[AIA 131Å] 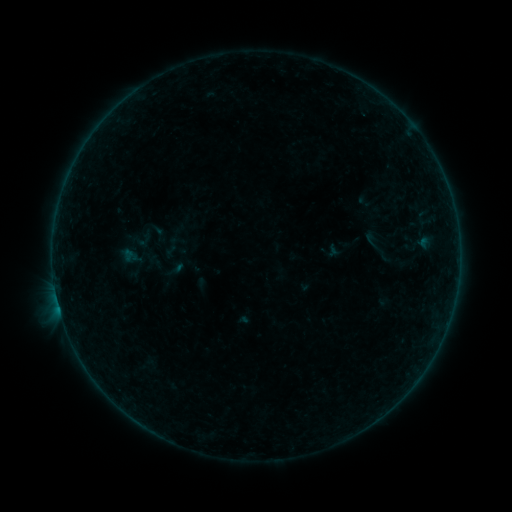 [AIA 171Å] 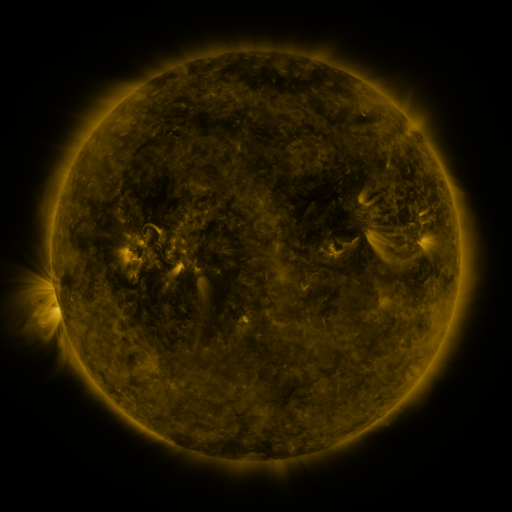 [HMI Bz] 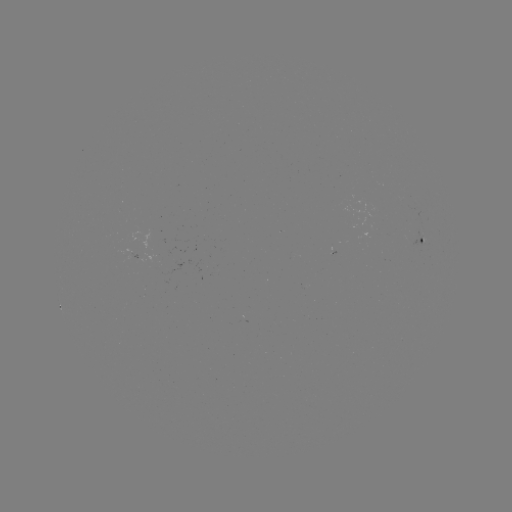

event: sigmoid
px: (373, 240)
